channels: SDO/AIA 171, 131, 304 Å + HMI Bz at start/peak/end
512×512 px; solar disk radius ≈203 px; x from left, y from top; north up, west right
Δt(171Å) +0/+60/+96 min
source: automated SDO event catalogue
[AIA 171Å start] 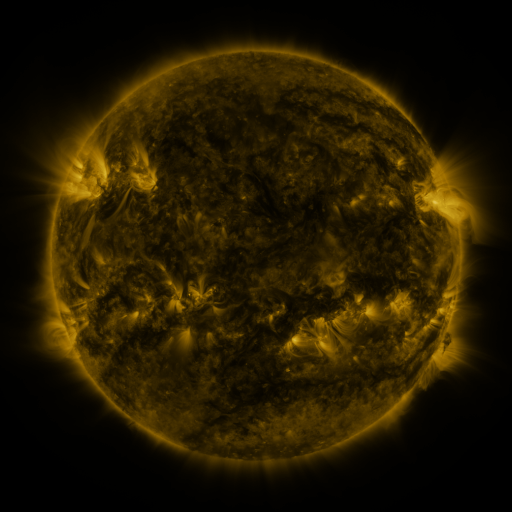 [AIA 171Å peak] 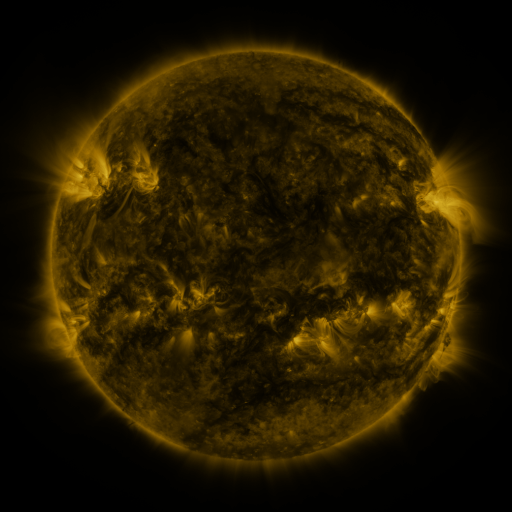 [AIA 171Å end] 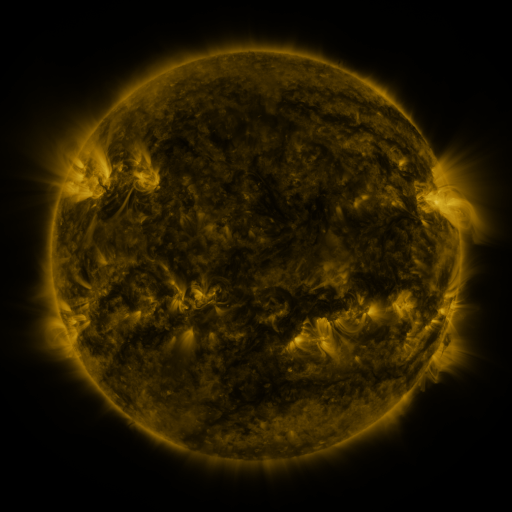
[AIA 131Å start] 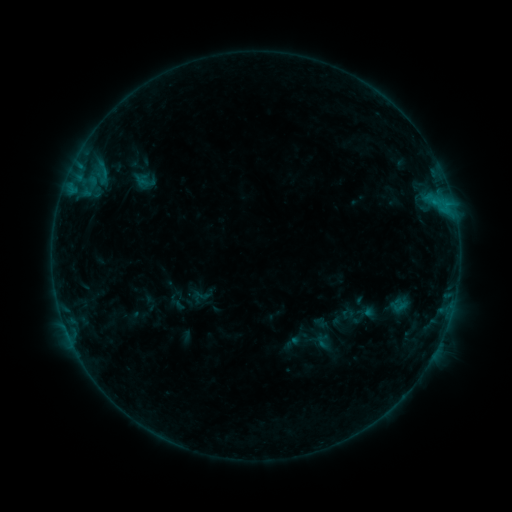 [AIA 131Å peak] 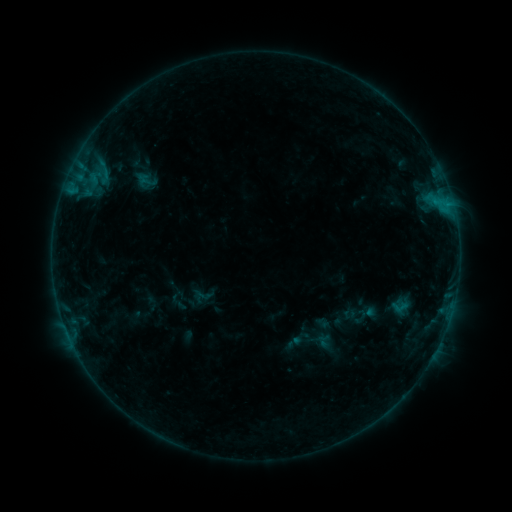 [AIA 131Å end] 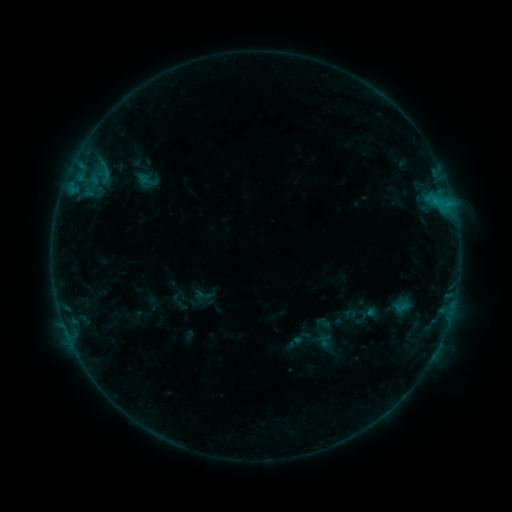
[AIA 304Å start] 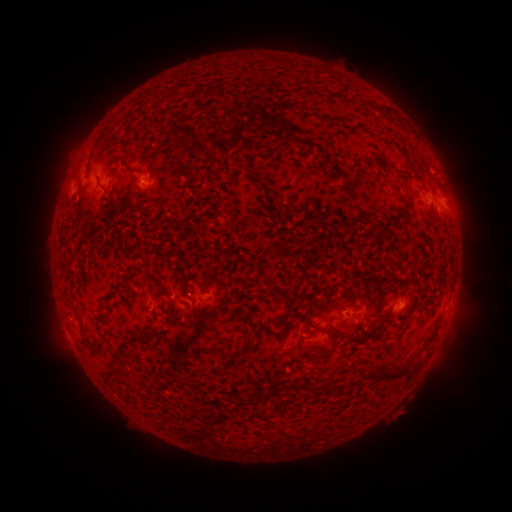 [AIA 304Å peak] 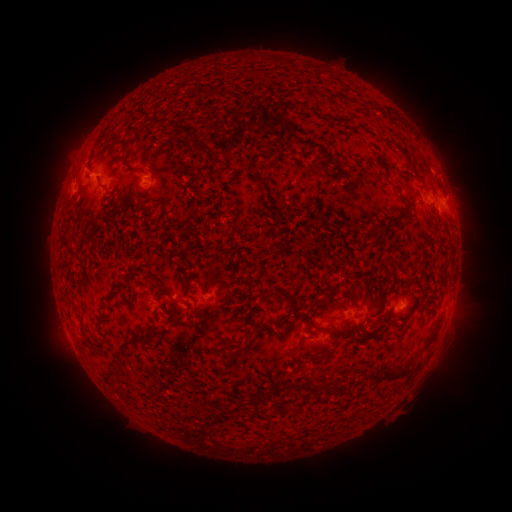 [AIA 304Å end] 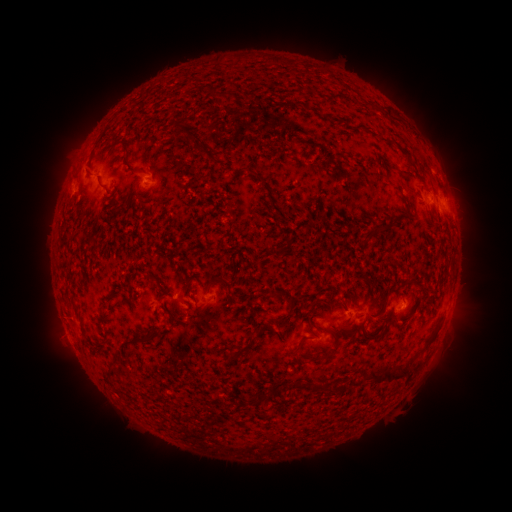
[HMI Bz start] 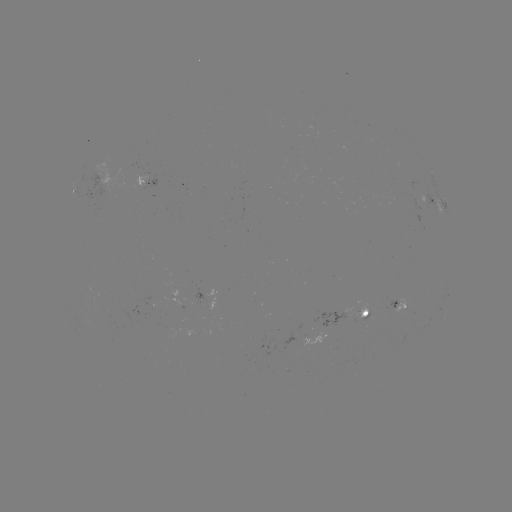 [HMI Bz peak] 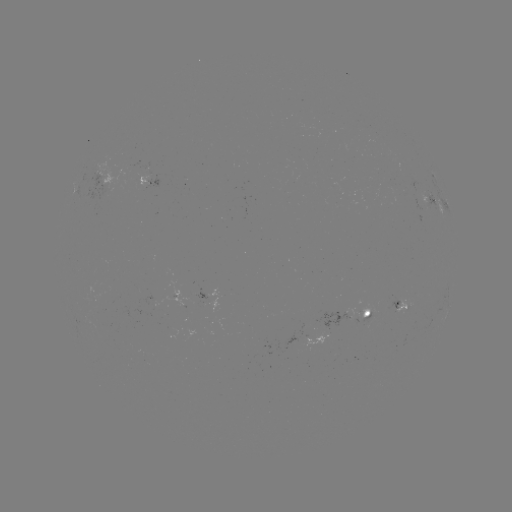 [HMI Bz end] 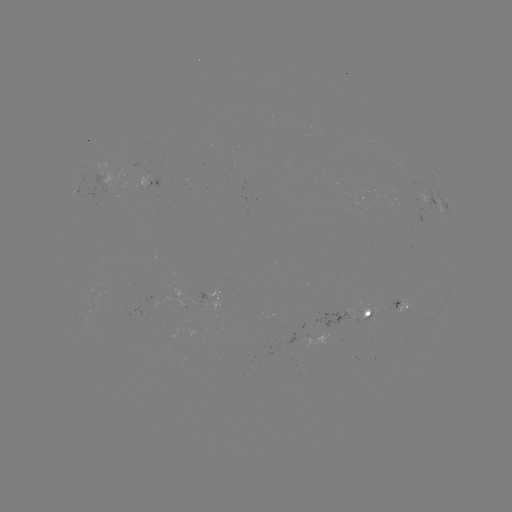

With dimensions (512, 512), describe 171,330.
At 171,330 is emerging-flux region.